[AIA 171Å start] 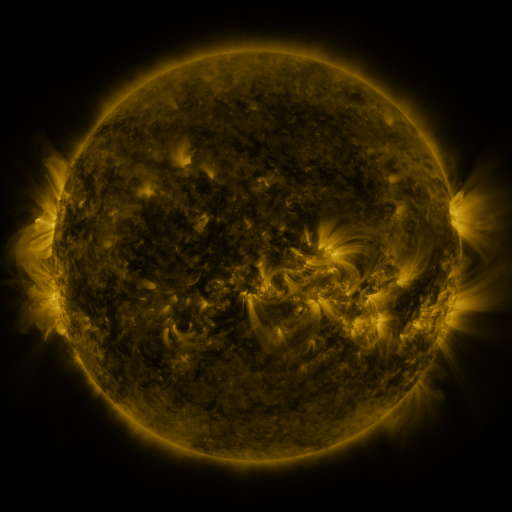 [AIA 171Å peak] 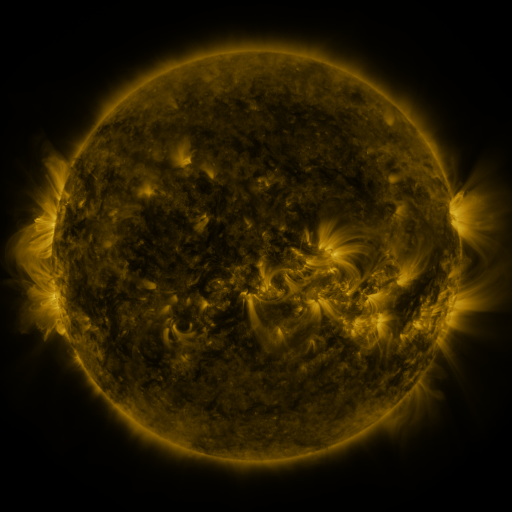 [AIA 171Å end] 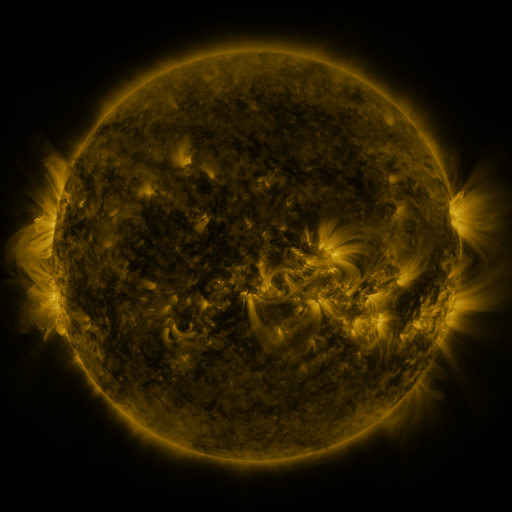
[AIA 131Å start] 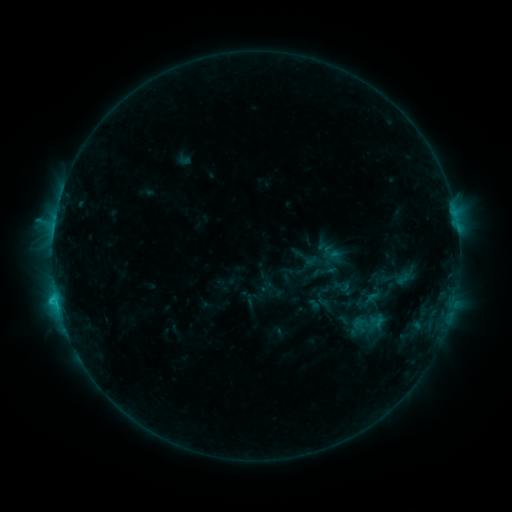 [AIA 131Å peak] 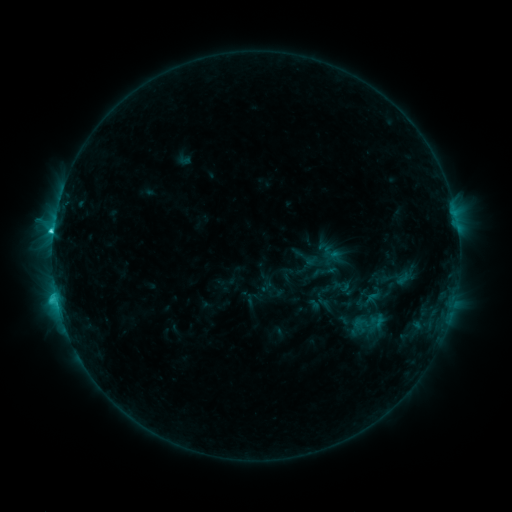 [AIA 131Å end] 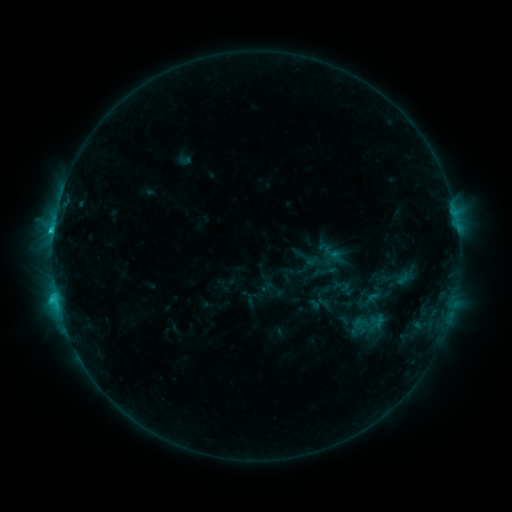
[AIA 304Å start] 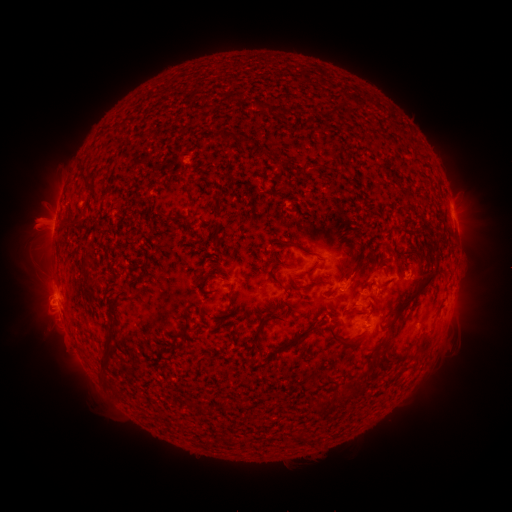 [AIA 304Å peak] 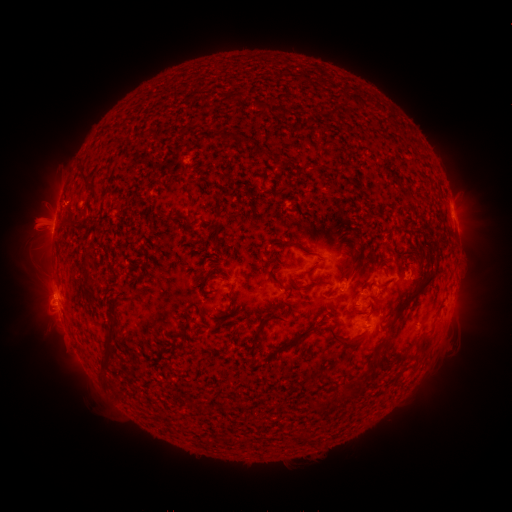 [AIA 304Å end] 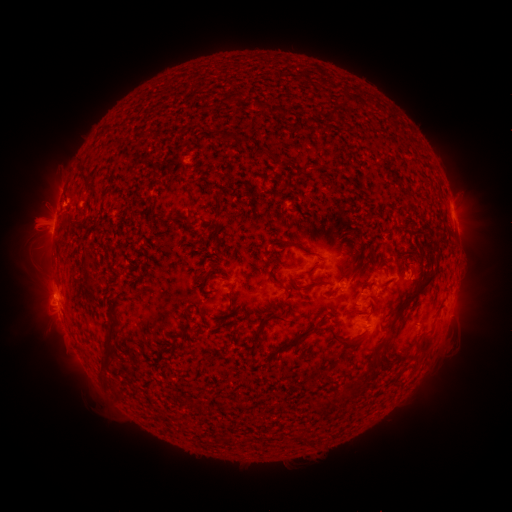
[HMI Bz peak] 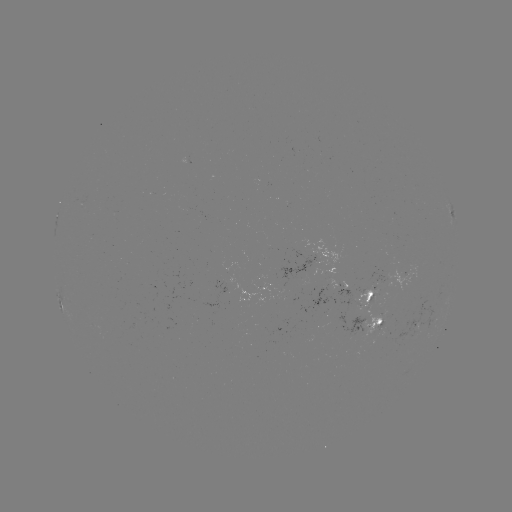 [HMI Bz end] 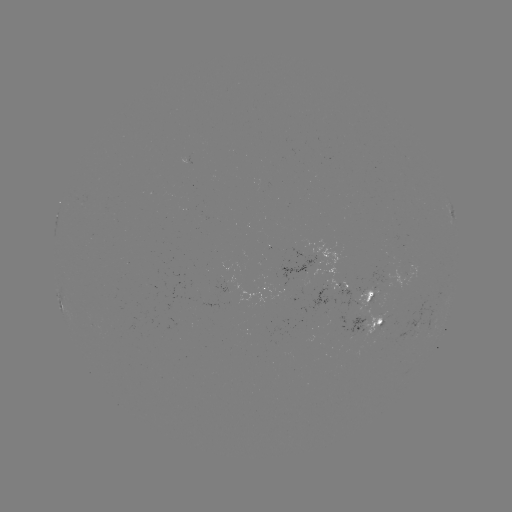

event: flare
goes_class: C2.6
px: (53, 234)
